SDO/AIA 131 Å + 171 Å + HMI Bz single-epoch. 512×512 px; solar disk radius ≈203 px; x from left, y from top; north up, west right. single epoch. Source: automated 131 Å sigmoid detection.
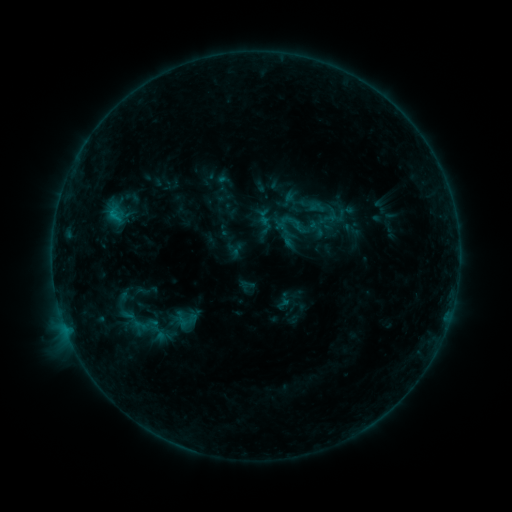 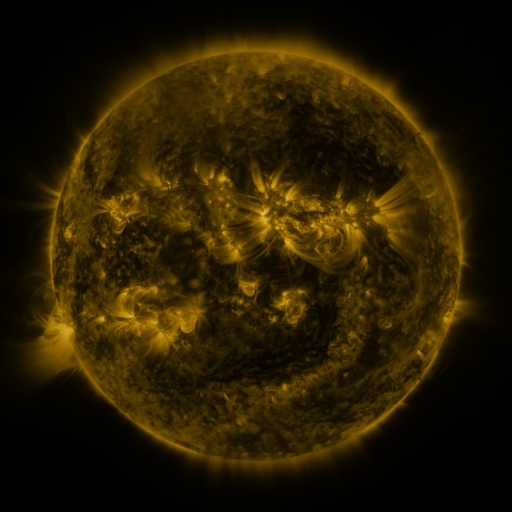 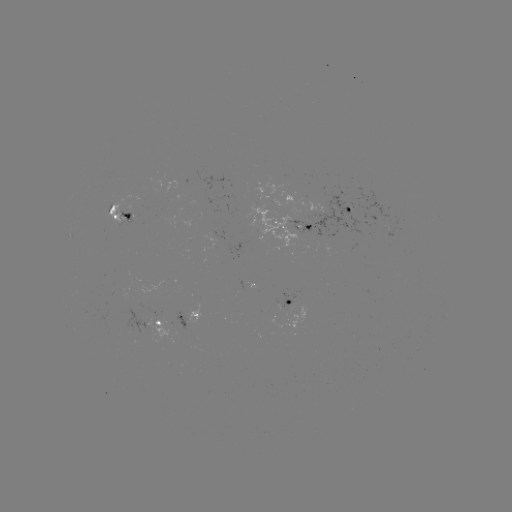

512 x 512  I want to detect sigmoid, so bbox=[271, 205, 312, 244].